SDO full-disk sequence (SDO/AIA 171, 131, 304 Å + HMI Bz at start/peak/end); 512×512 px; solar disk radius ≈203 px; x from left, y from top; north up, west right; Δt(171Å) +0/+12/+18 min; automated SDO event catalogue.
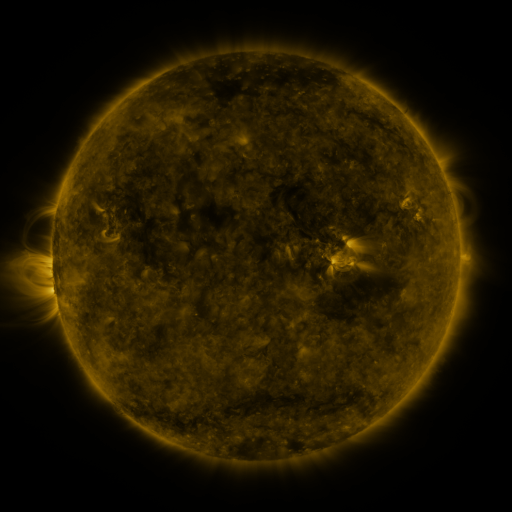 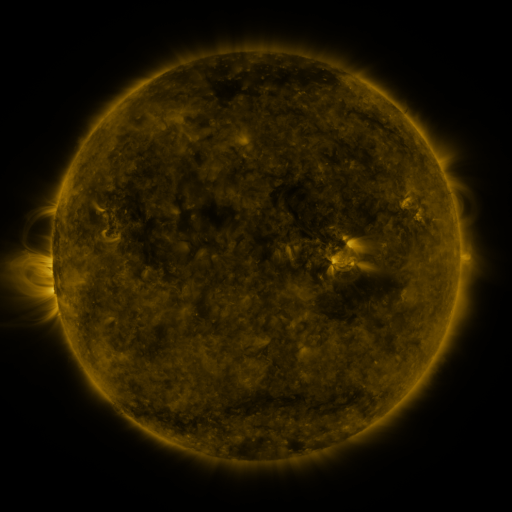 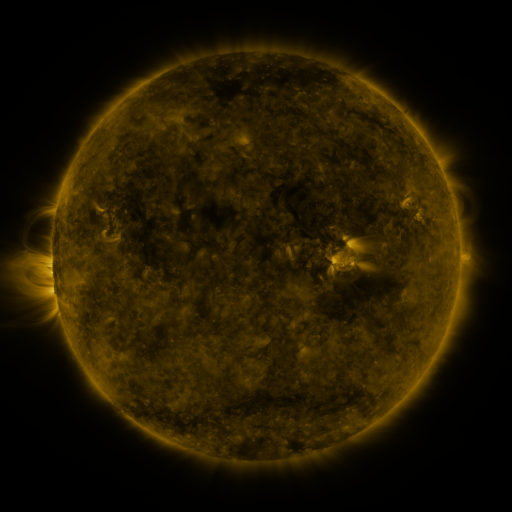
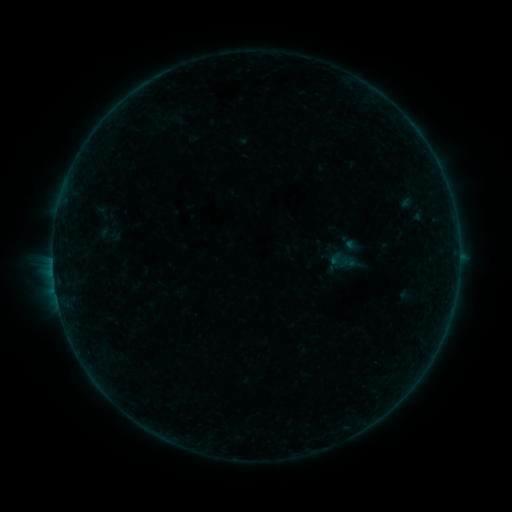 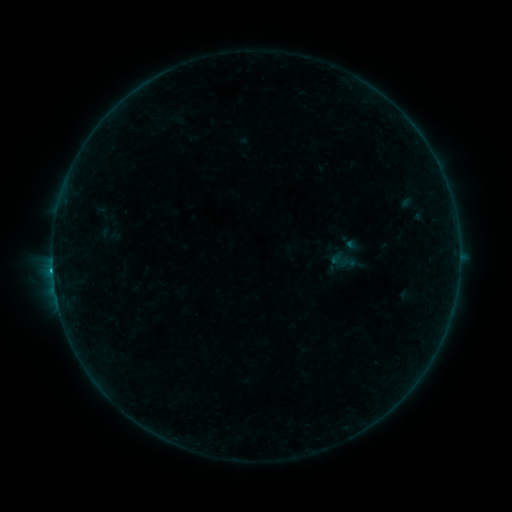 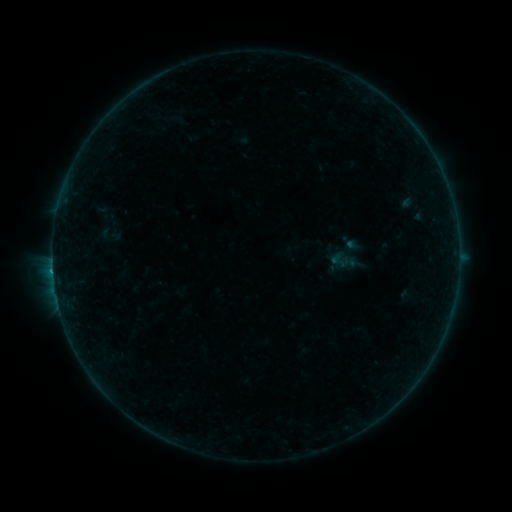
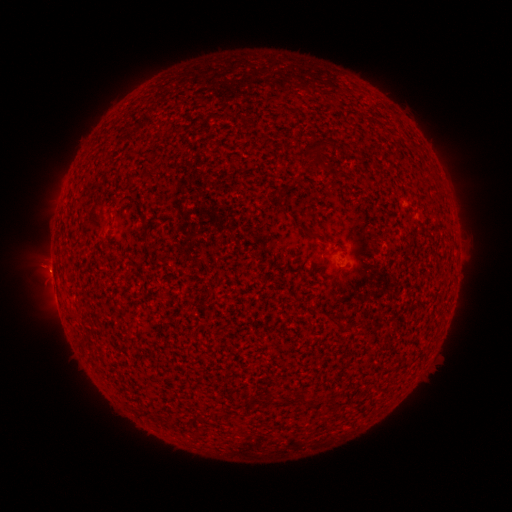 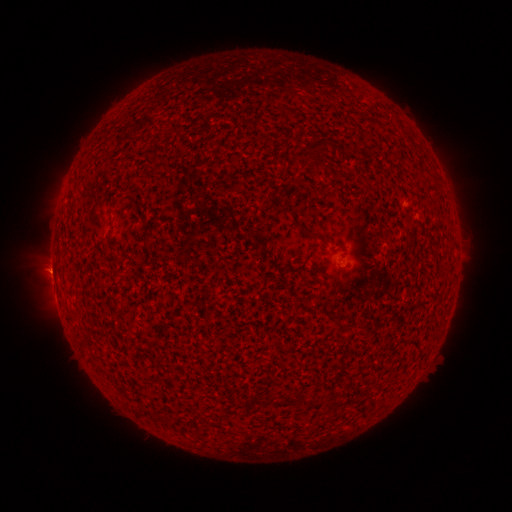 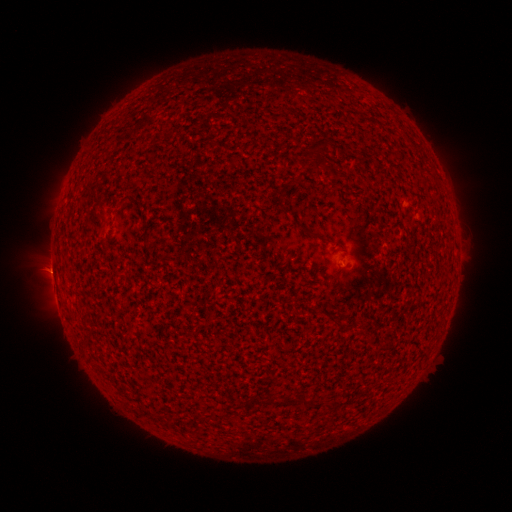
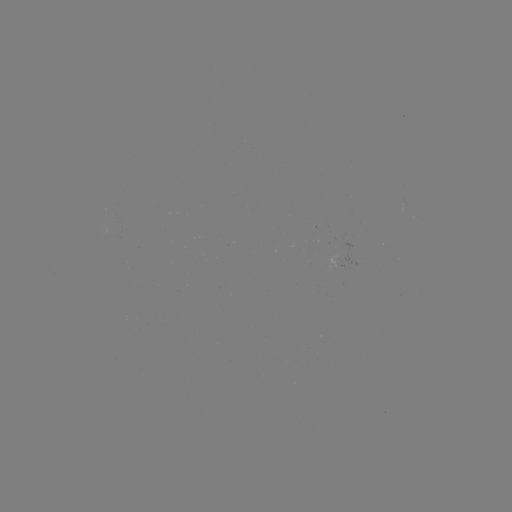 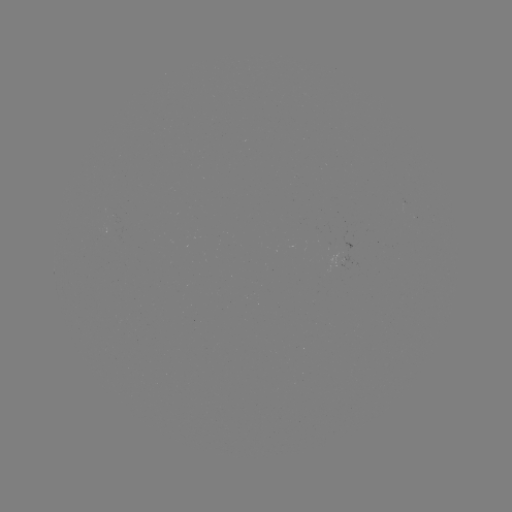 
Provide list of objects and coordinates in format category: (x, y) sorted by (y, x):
B4.2 flare: (53, 270)
